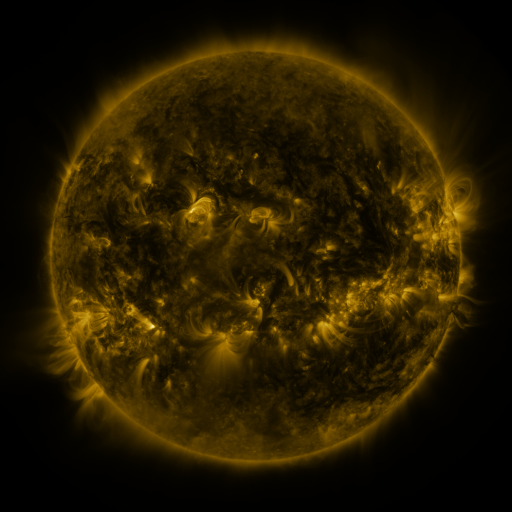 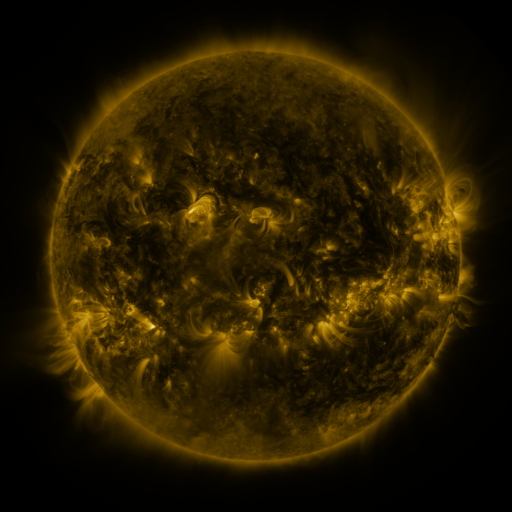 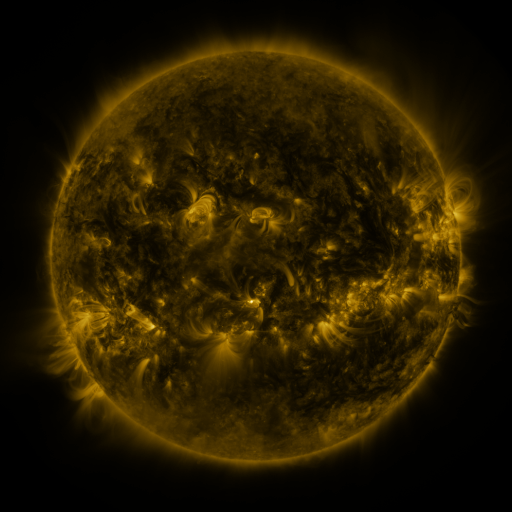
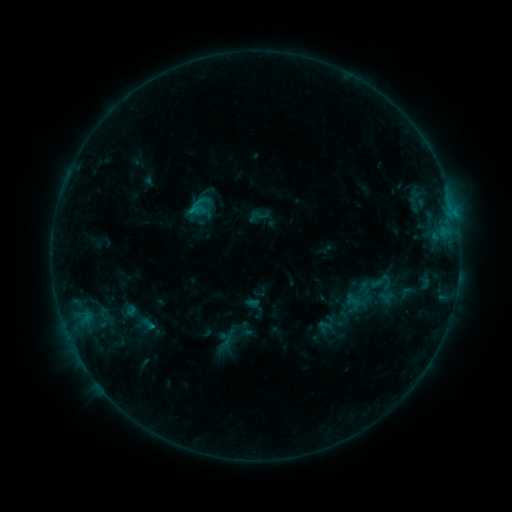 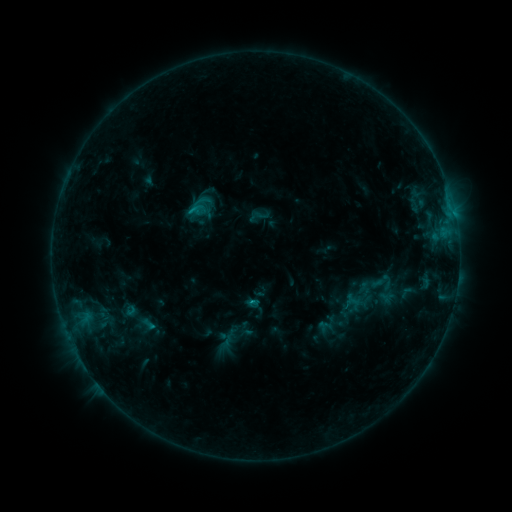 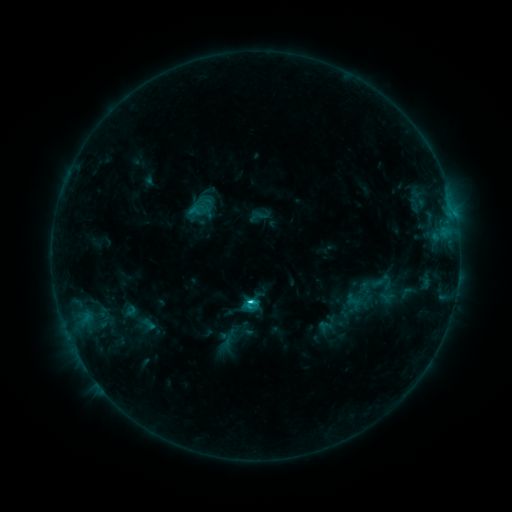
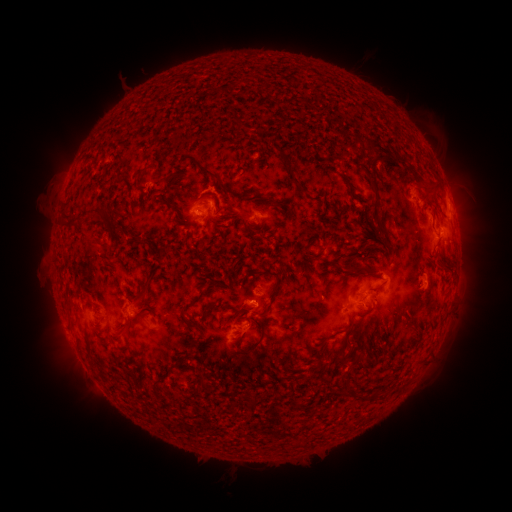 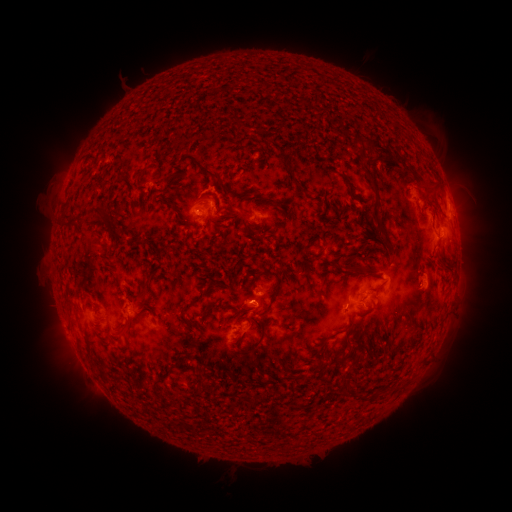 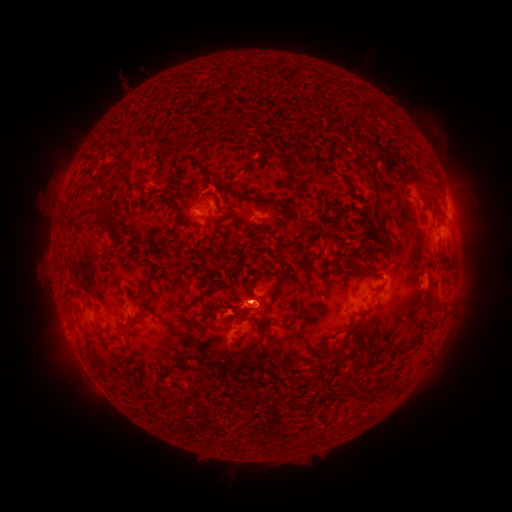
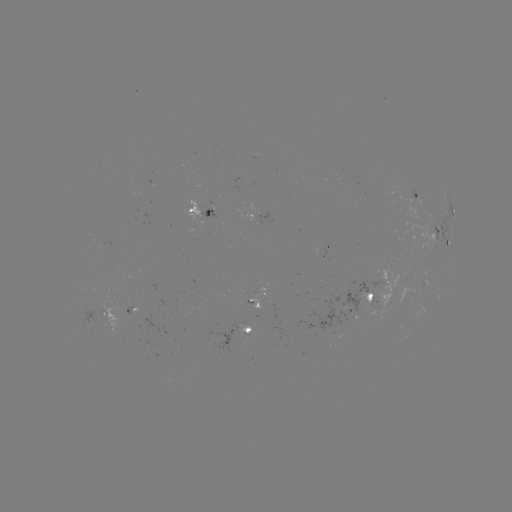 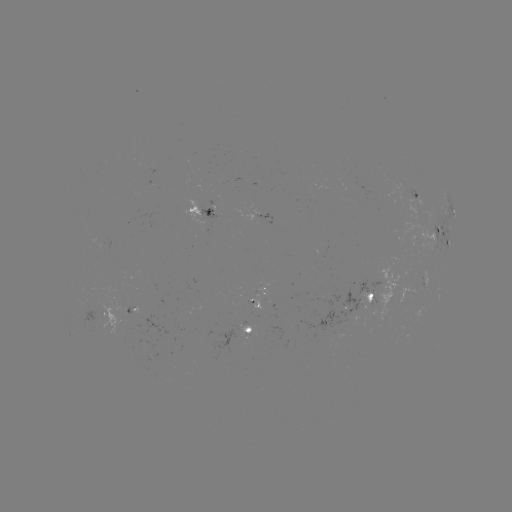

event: flare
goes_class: C3.3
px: (252, 300)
